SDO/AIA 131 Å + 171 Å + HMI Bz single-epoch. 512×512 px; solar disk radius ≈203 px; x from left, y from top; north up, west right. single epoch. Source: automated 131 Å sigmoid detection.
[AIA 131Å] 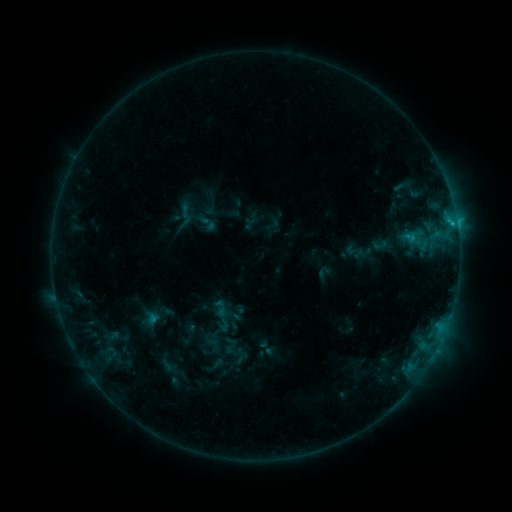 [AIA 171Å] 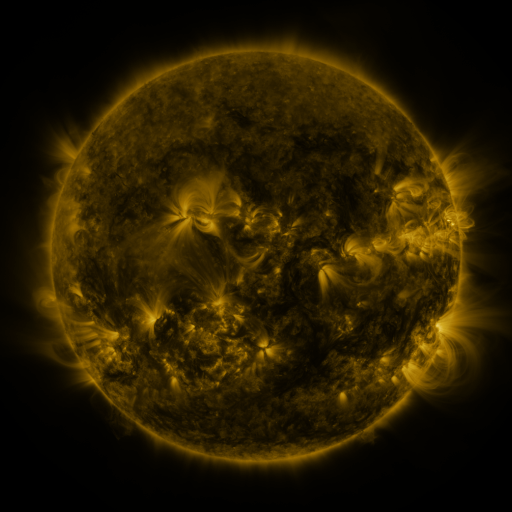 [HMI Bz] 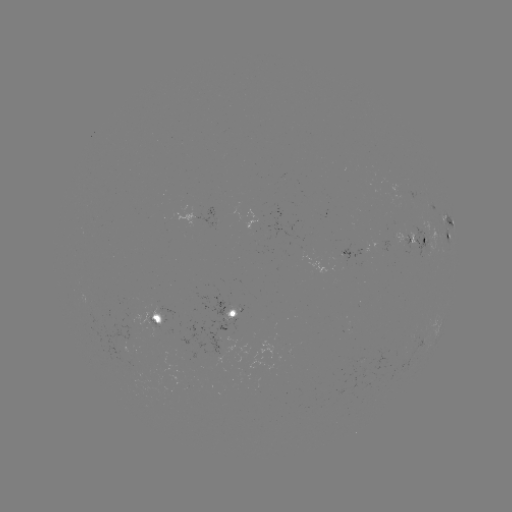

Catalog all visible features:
sigmoid: (209, 224)
sigmoid: (220, 308)
